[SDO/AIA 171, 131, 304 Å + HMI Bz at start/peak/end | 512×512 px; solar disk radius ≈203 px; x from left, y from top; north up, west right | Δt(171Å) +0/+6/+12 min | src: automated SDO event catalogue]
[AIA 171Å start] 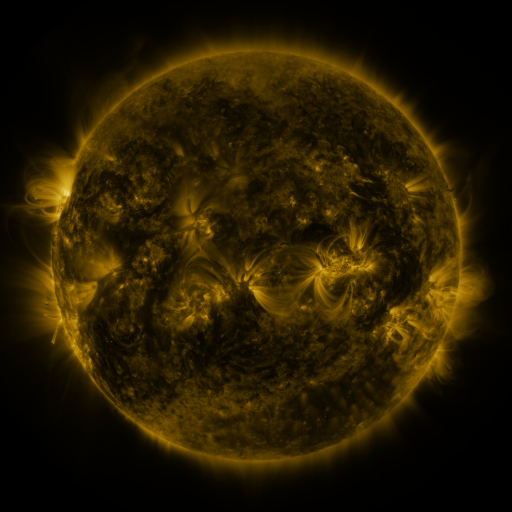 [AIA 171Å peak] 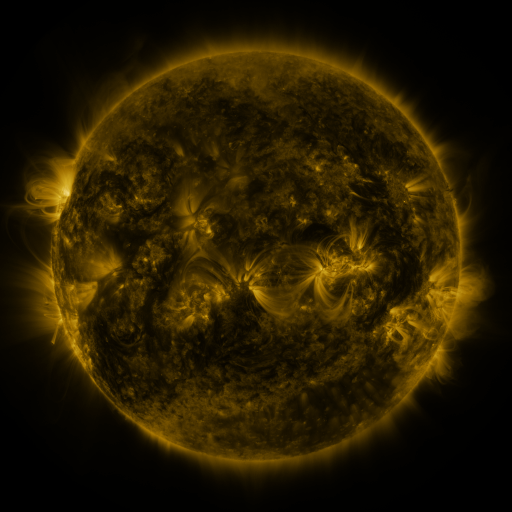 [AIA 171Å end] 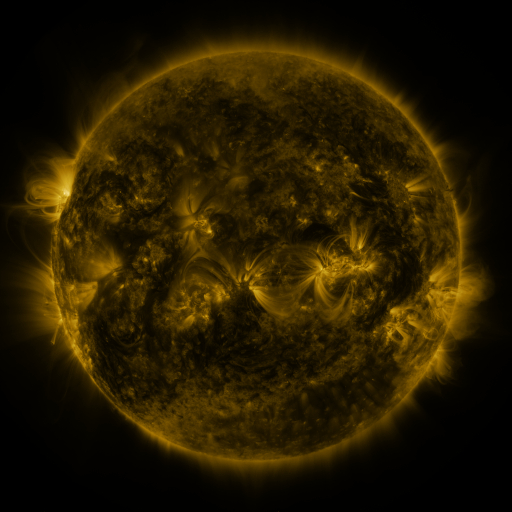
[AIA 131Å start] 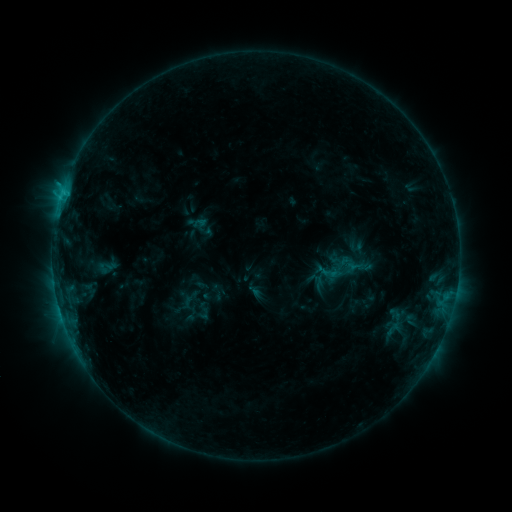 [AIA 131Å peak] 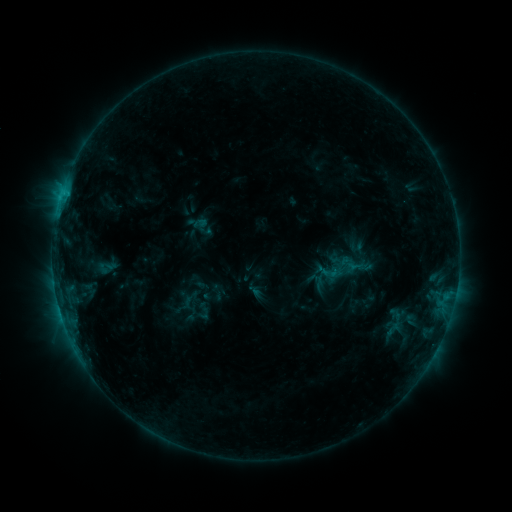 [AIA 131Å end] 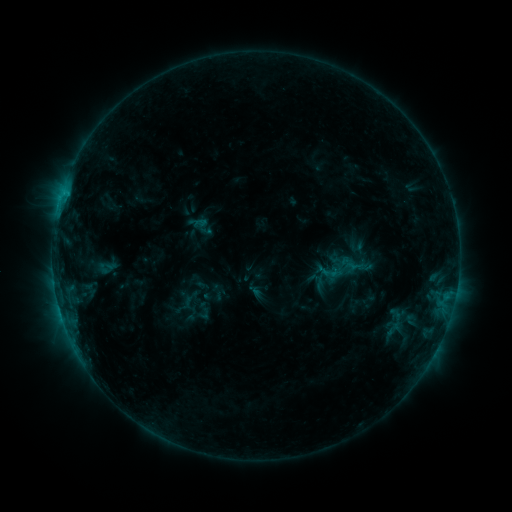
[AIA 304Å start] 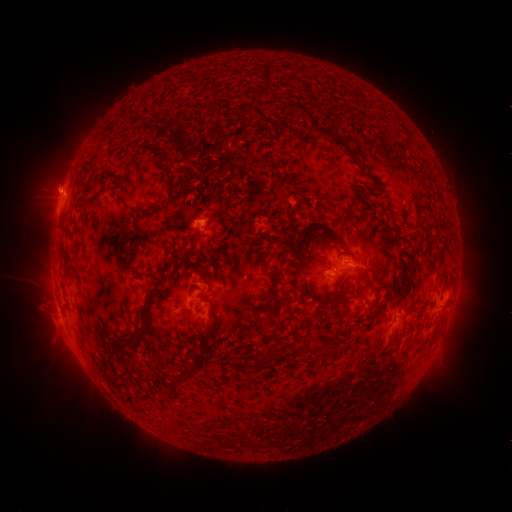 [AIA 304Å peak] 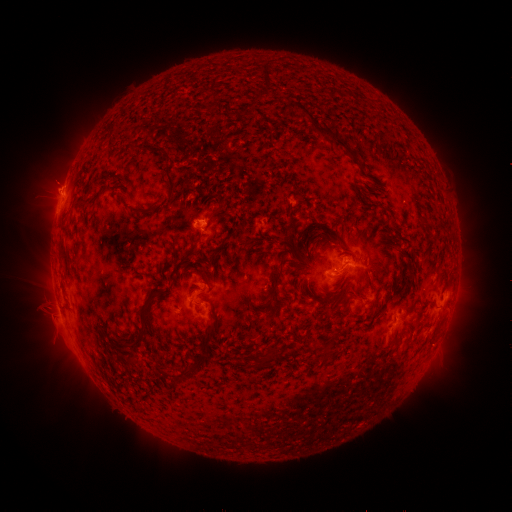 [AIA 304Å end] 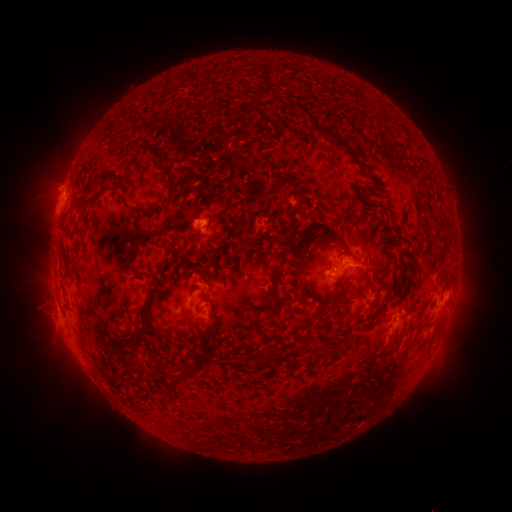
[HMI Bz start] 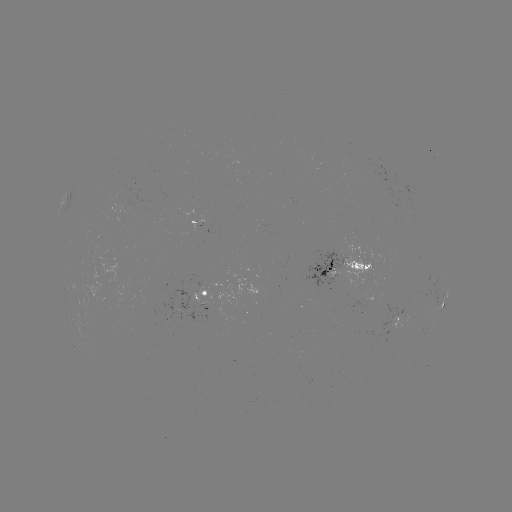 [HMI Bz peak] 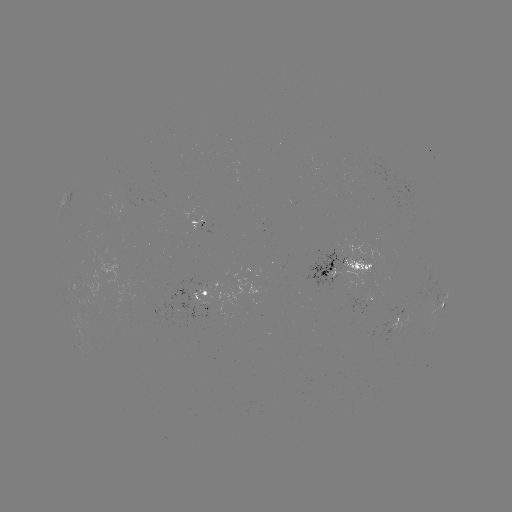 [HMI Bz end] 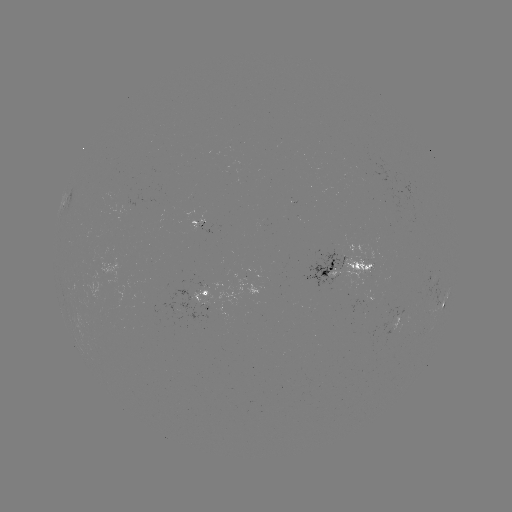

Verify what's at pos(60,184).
eruption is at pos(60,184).